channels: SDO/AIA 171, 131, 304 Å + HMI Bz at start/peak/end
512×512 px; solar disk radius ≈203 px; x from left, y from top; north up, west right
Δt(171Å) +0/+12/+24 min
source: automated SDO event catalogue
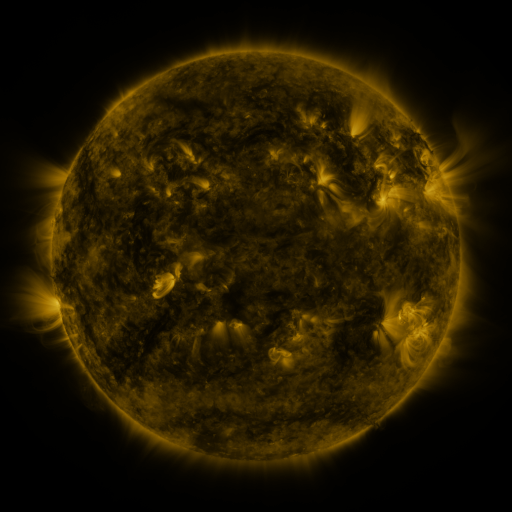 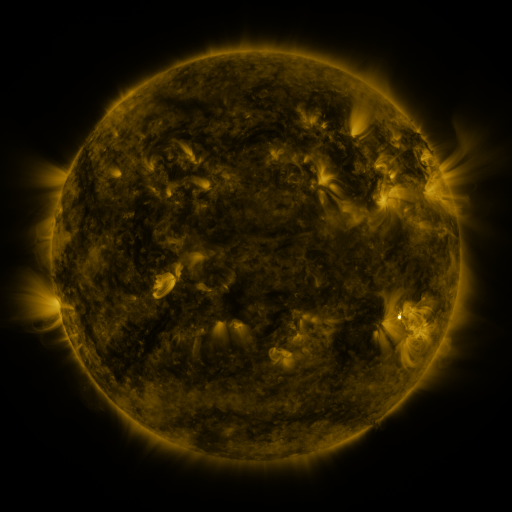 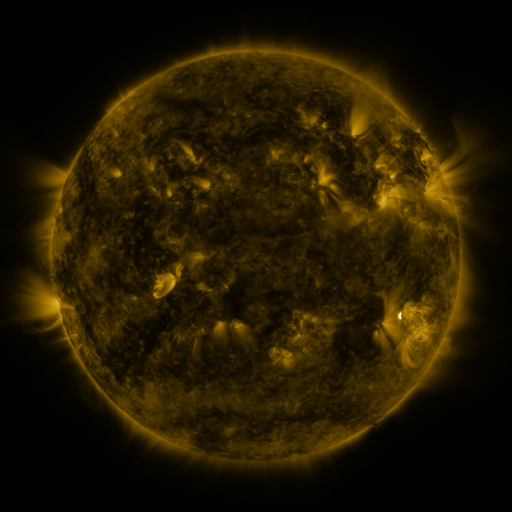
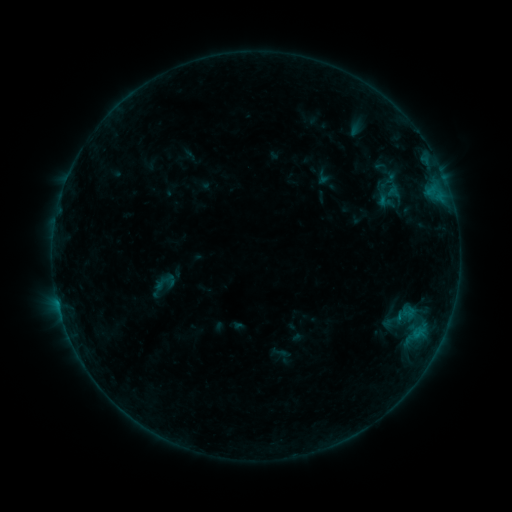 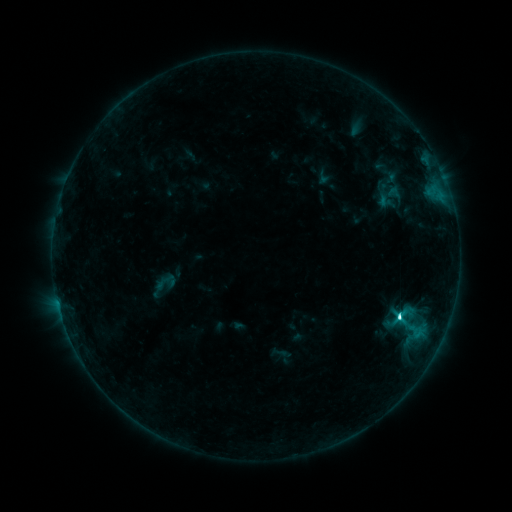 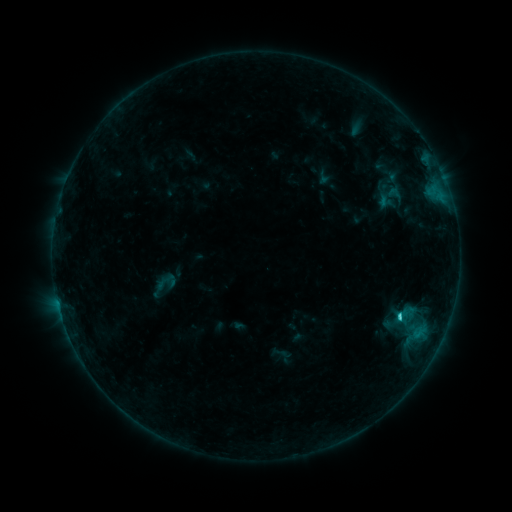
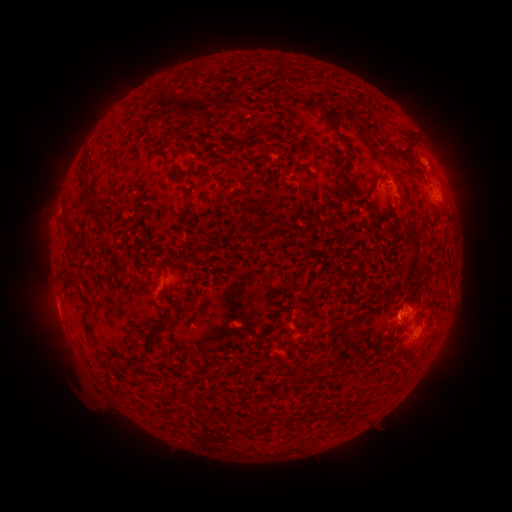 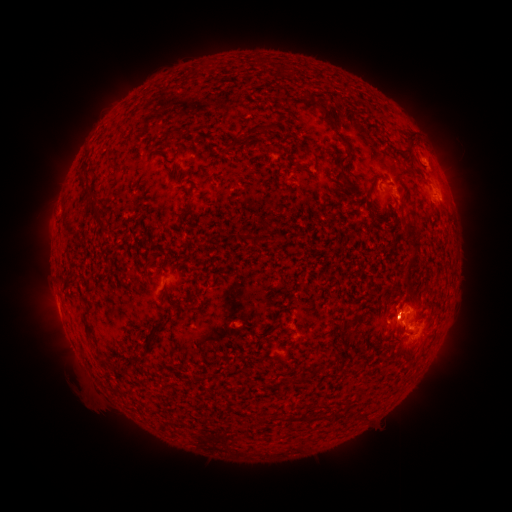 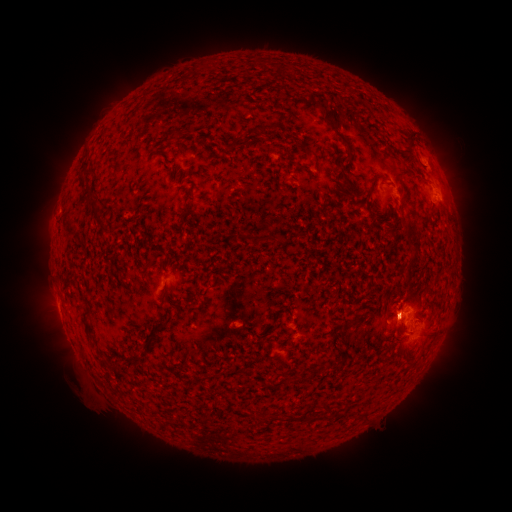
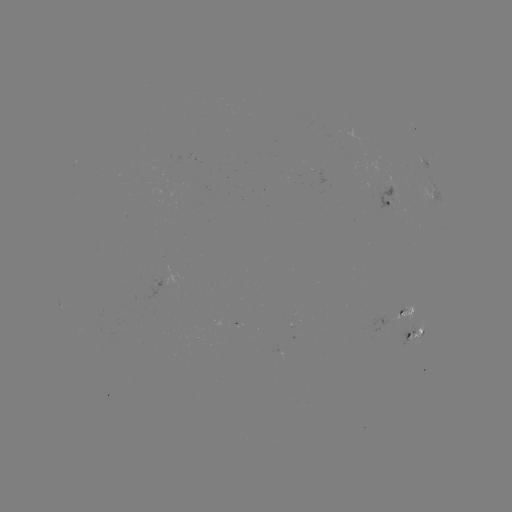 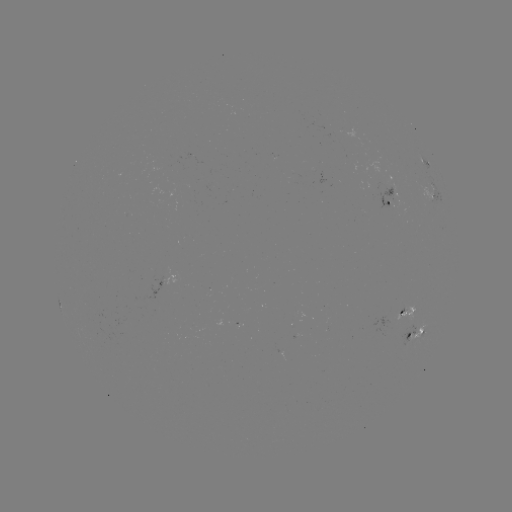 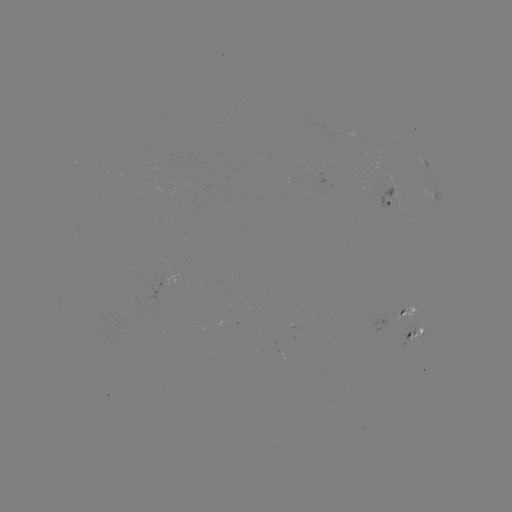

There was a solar eruption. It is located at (422, 324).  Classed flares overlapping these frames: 1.